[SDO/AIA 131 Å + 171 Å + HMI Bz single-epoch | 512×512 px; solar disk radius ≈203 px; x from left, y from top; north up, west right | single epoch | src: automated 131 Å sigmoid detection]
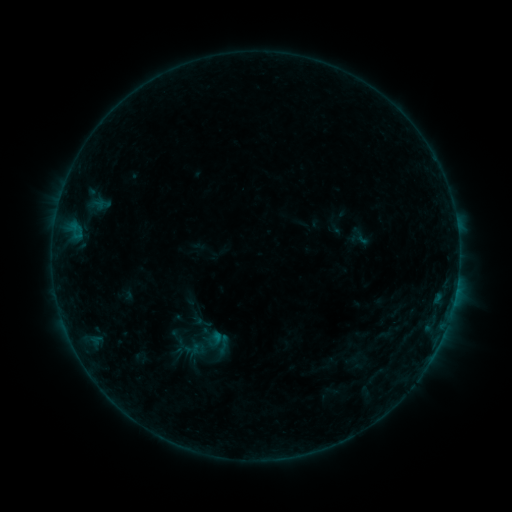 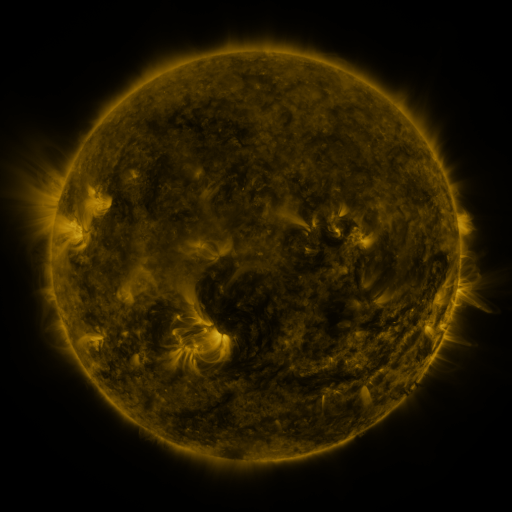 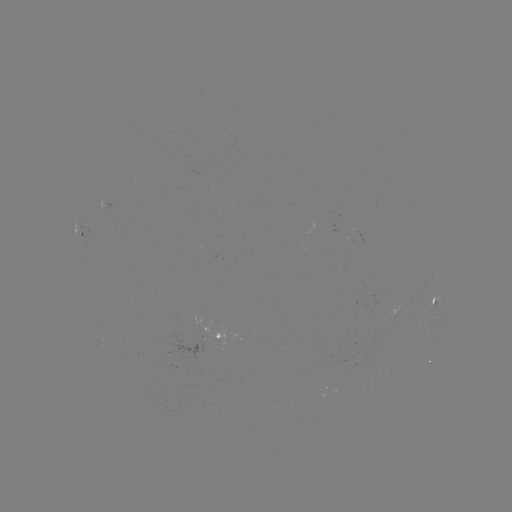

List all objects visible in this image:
sigmoid: (203, 322)
